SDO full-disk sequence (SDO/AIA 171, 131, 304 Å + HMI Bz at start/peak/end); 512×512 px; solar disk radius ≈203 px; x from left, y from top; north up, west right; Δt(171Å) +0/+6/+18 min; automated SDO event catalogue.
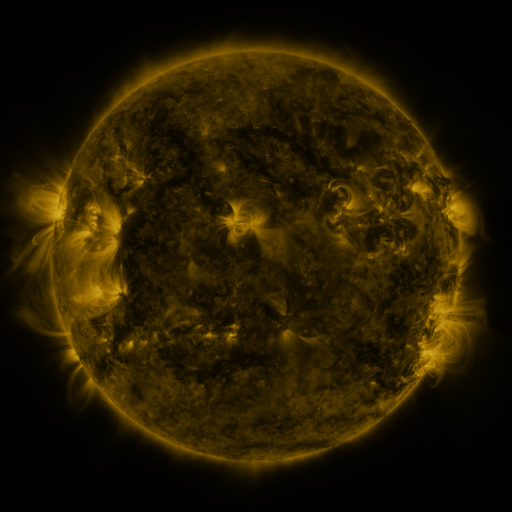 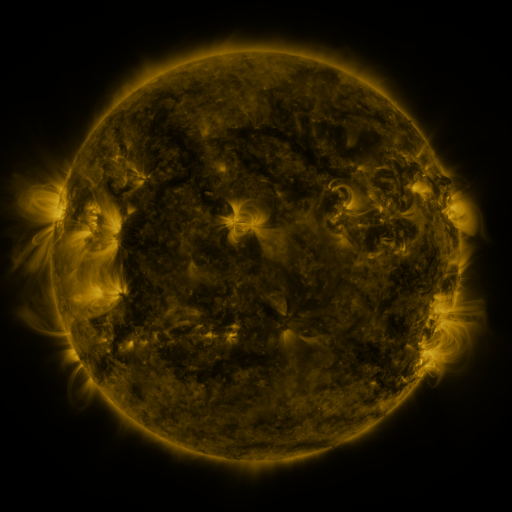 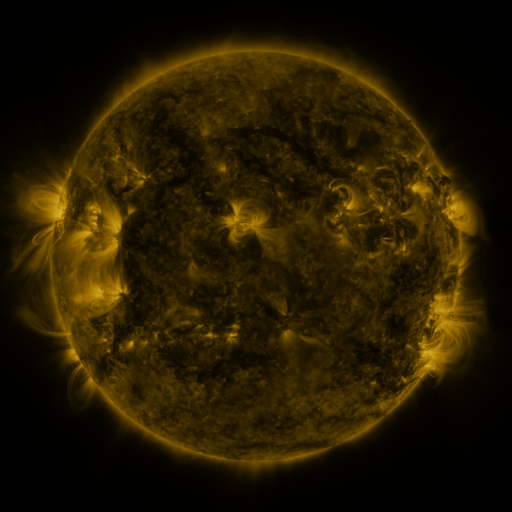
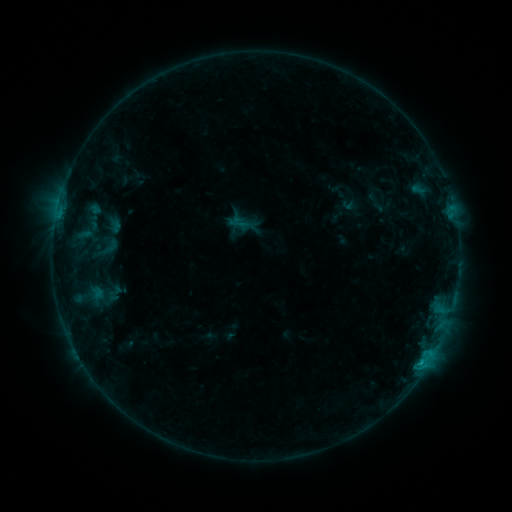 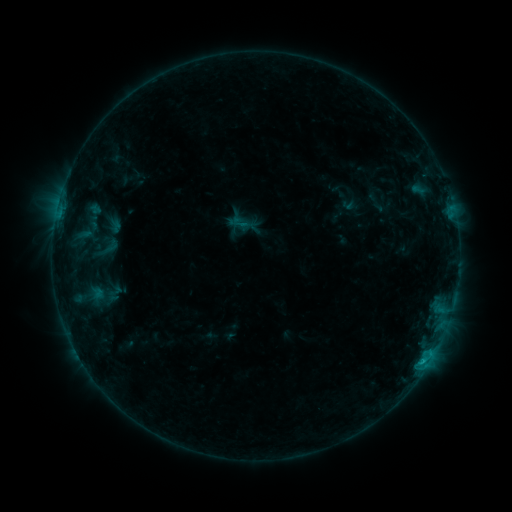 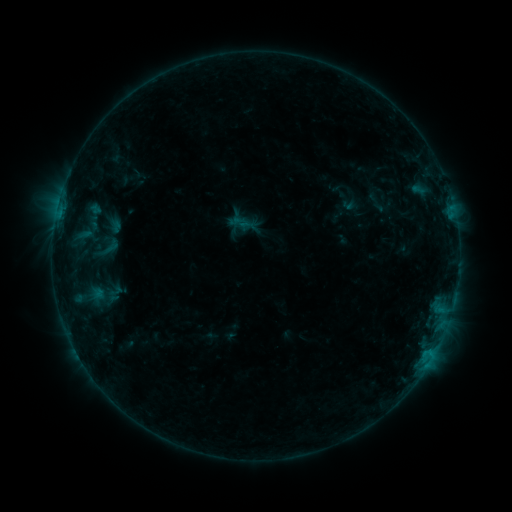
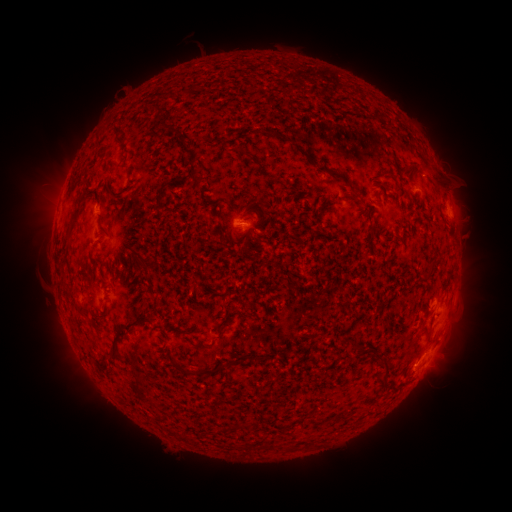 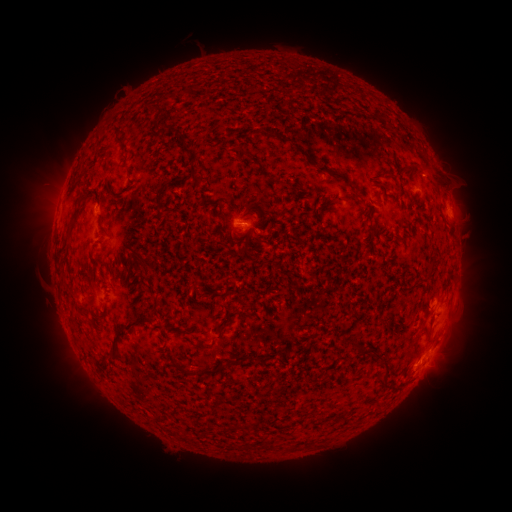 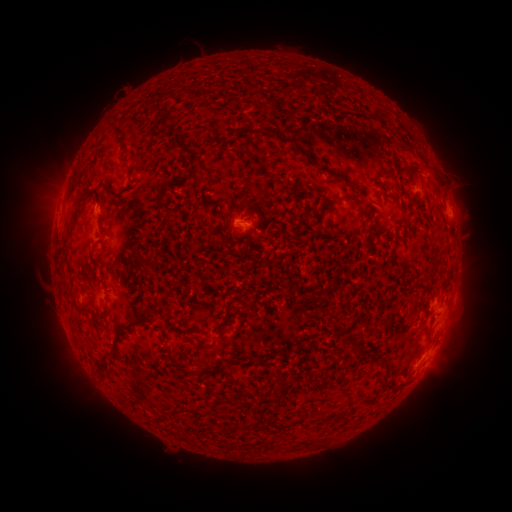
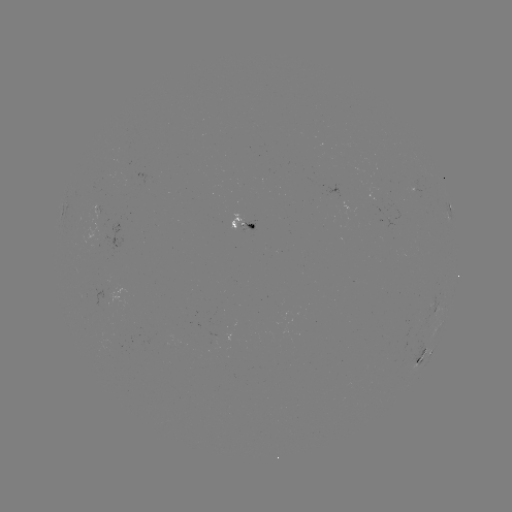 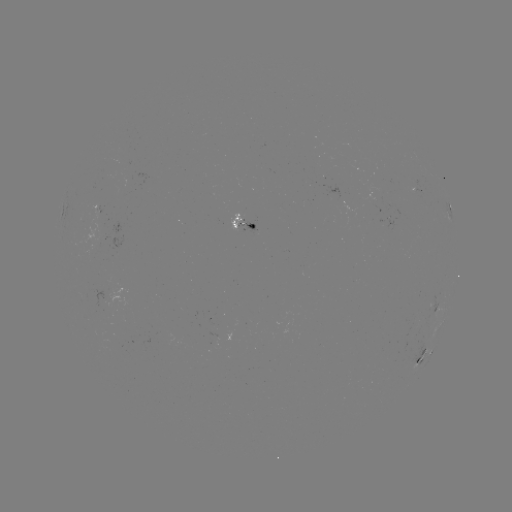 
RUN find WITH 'B6.8 flare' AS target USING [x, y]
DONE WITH [422, 360] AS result